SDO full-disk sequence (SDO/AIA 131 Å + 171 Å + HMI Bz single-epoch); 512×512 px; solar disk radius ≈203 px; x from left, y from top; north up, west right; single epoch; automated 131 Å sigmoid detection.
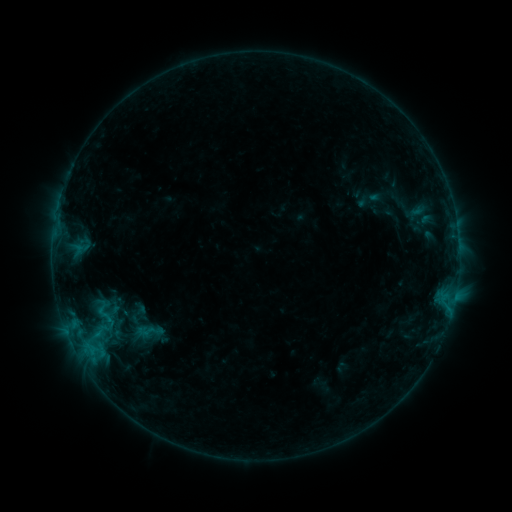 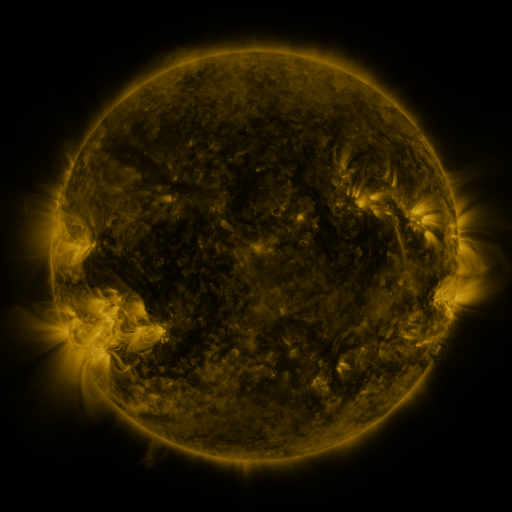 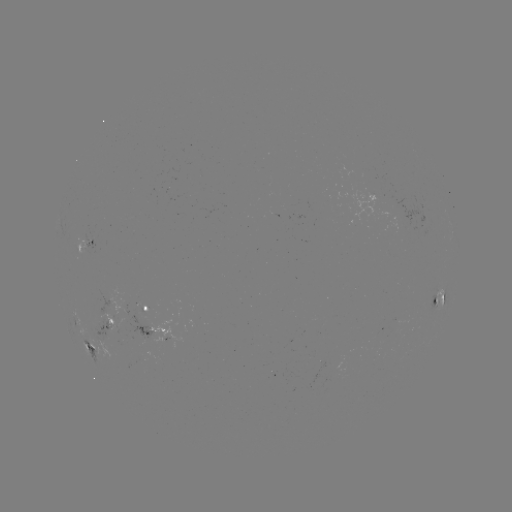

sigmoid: <bbox>120, 299, 155, 326</bbox>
